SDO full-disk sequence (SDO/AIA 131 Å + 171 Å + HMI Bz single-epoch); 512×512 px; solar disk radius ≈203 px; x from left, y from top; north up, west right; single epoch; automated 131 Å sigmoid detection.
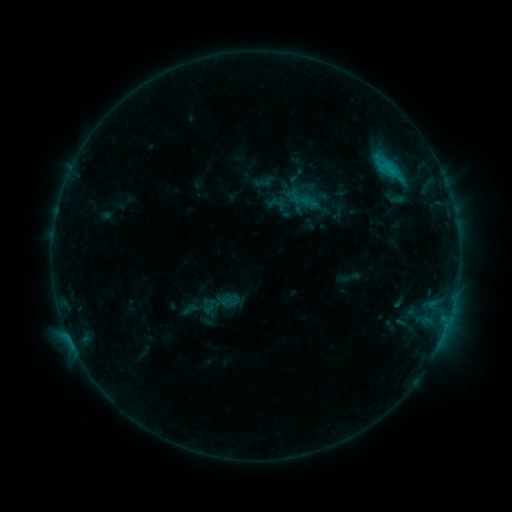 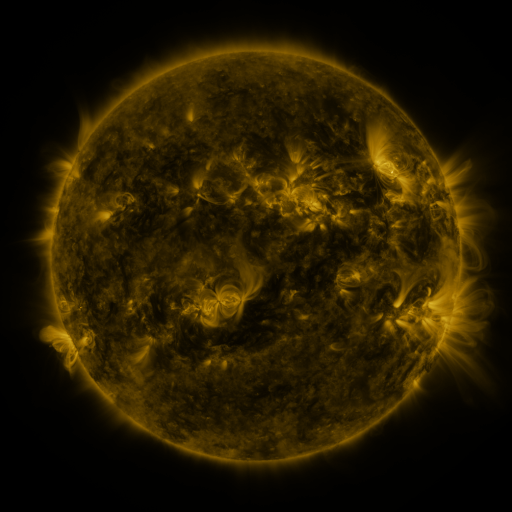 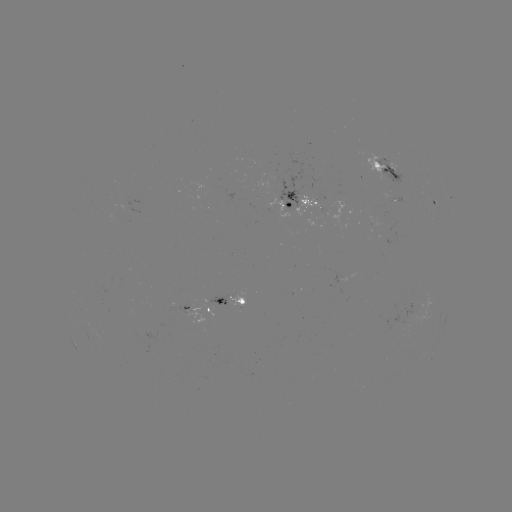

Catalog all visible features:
sigmoid: [258, 174, 273, 189]
